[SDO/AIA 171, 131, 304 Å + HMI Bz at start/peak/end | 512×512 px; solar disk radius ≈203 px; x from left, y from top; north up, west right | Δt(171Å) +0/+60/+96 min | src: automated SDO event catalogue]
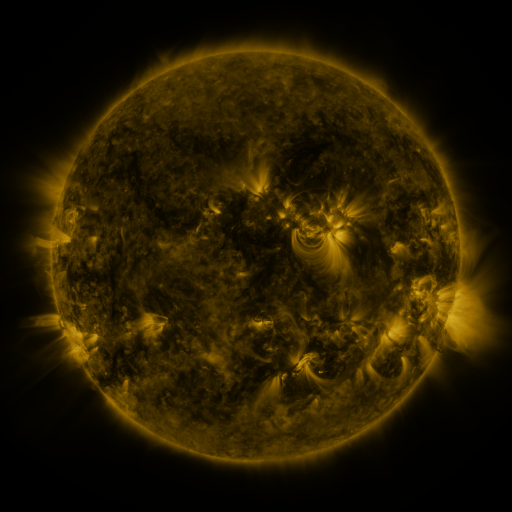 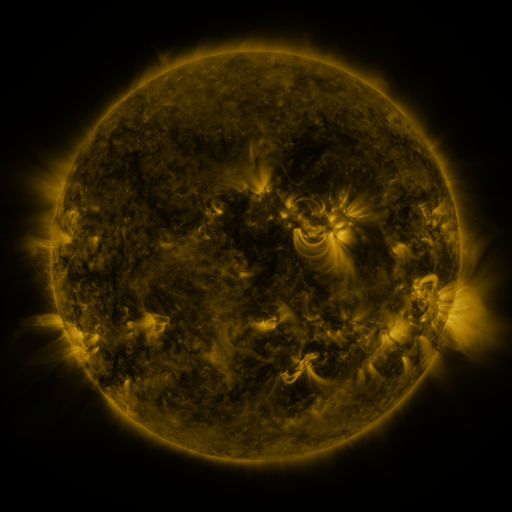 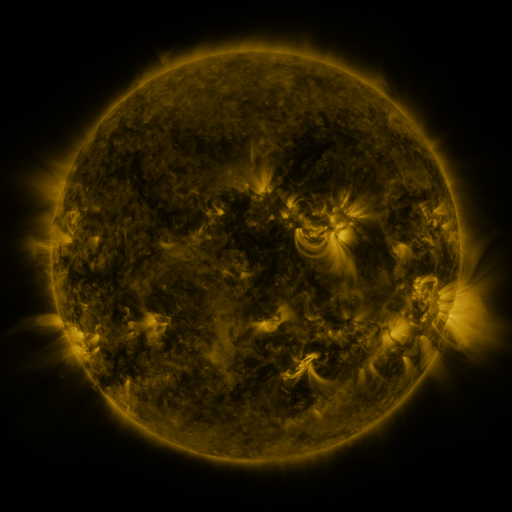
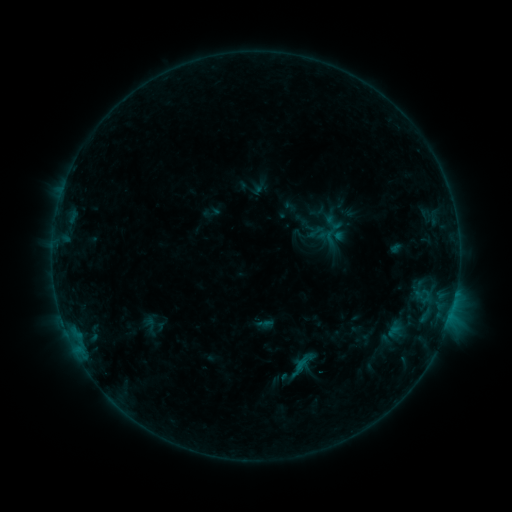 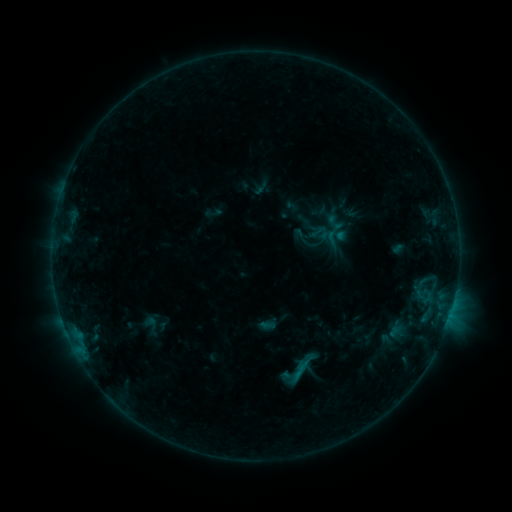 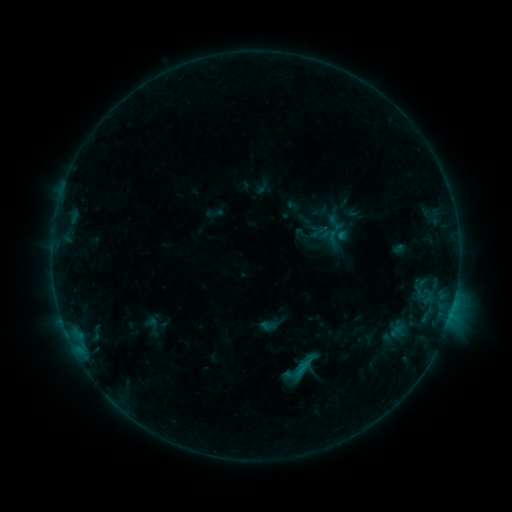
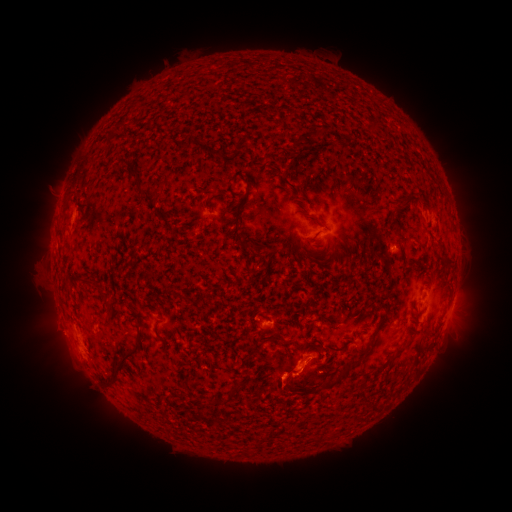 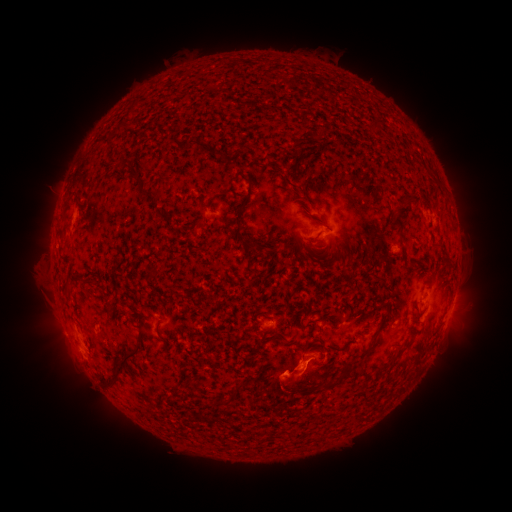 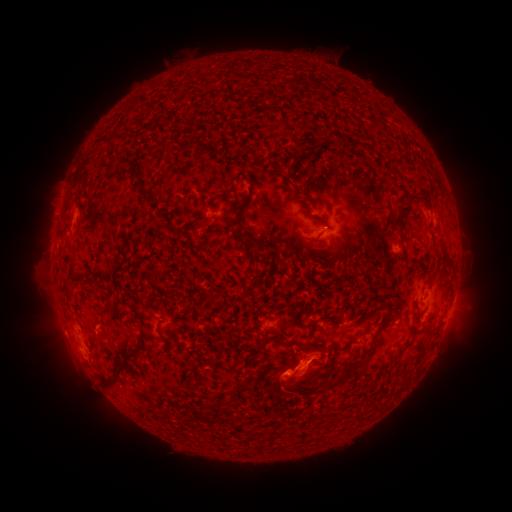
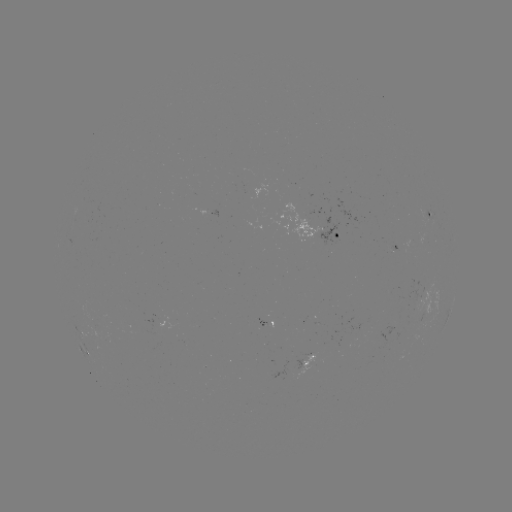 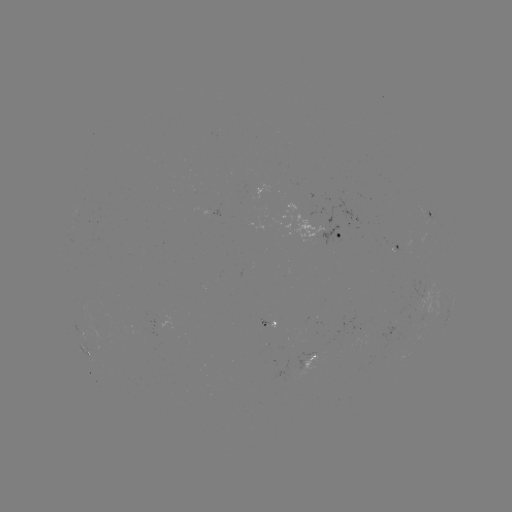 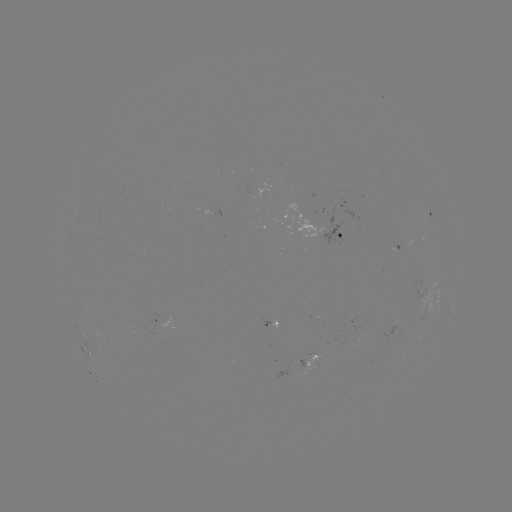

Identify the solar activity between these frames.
emerging-flux region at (355, 331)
